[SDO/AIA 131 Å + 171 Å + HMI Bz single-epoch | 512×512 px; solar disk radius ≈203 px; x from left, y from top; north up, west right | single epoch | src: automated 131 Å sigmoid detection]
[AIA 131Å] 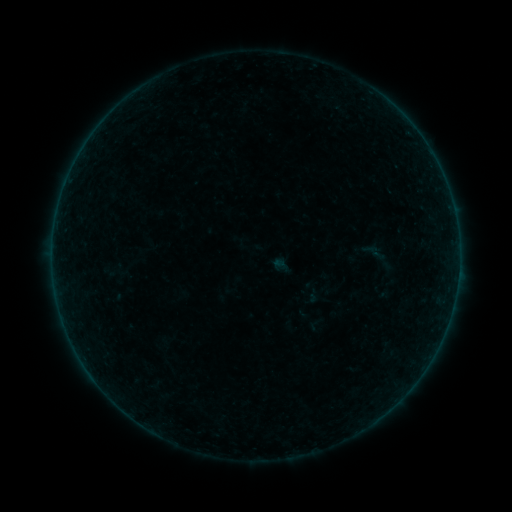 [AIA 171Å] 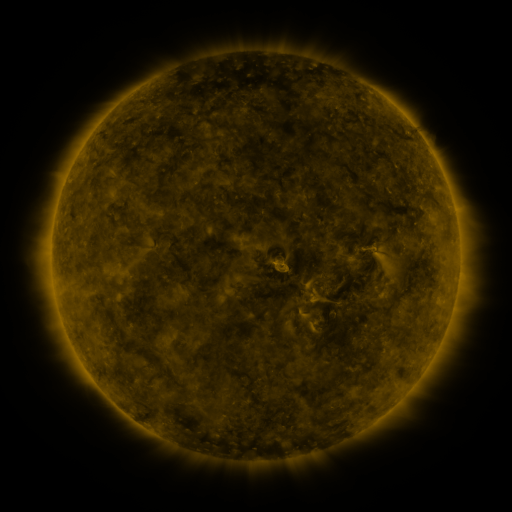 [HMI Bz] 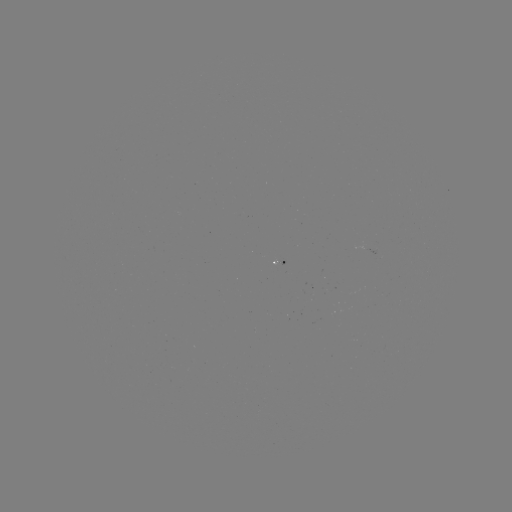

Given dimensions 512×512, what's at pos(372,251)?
sigmoid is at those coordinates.